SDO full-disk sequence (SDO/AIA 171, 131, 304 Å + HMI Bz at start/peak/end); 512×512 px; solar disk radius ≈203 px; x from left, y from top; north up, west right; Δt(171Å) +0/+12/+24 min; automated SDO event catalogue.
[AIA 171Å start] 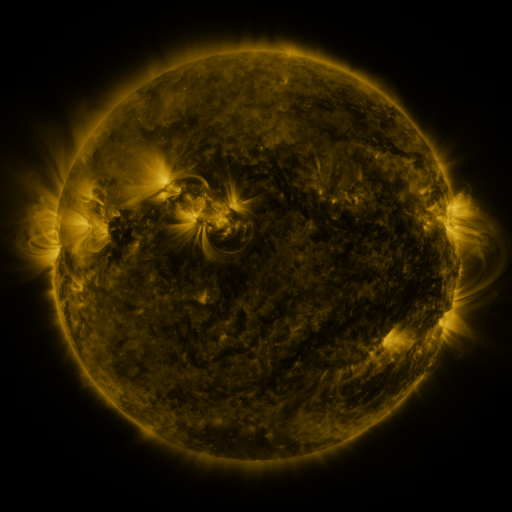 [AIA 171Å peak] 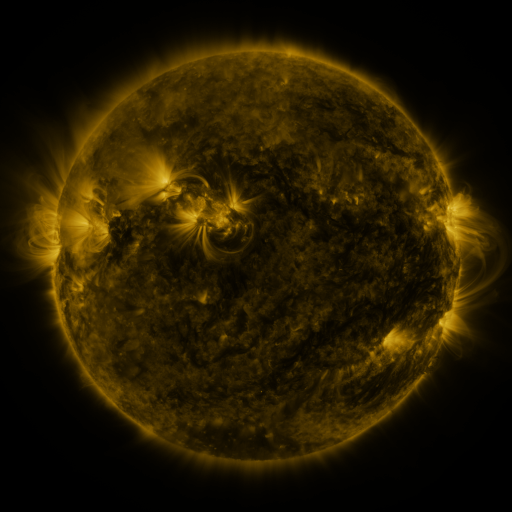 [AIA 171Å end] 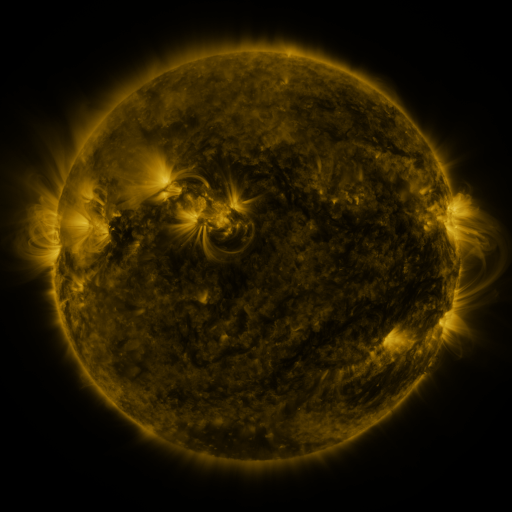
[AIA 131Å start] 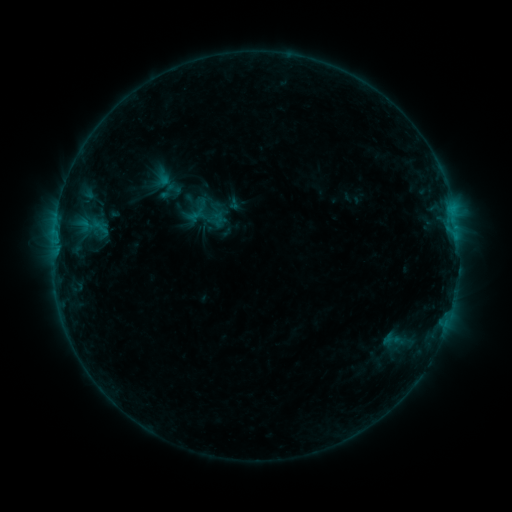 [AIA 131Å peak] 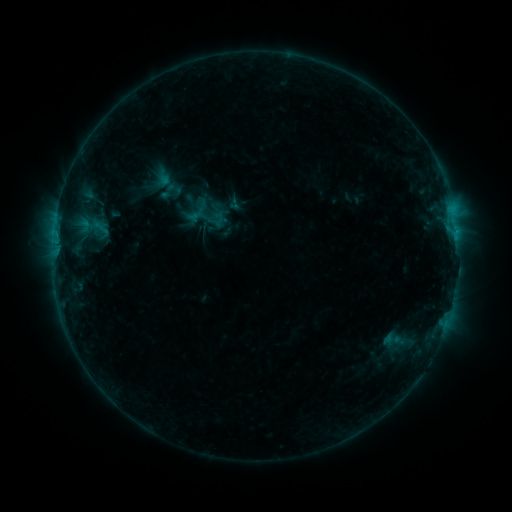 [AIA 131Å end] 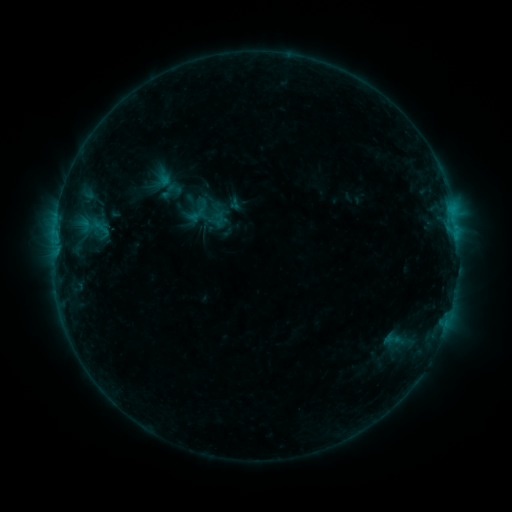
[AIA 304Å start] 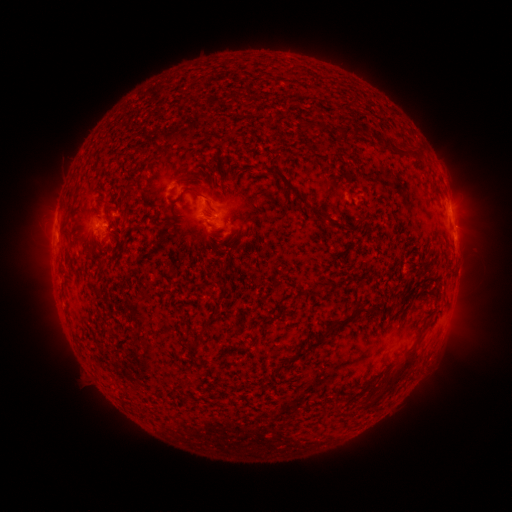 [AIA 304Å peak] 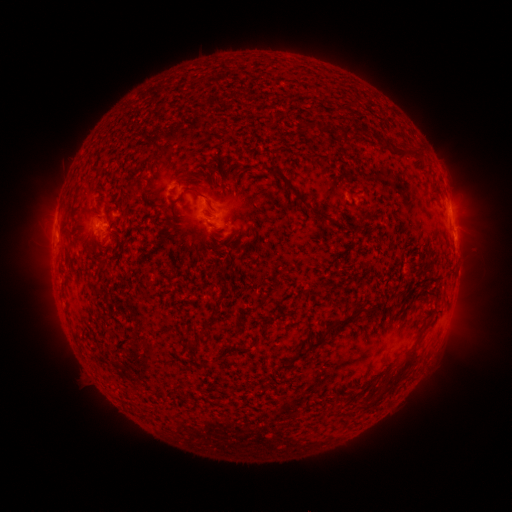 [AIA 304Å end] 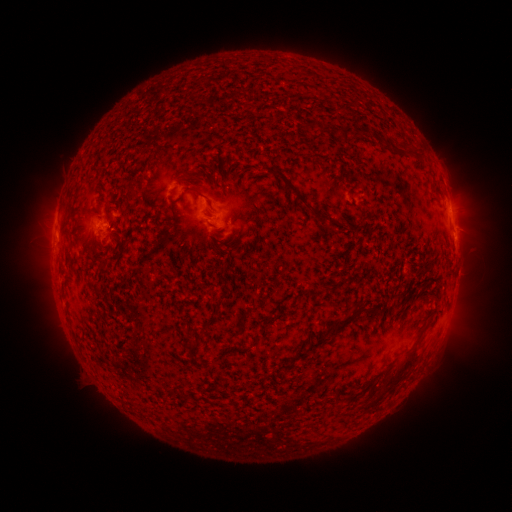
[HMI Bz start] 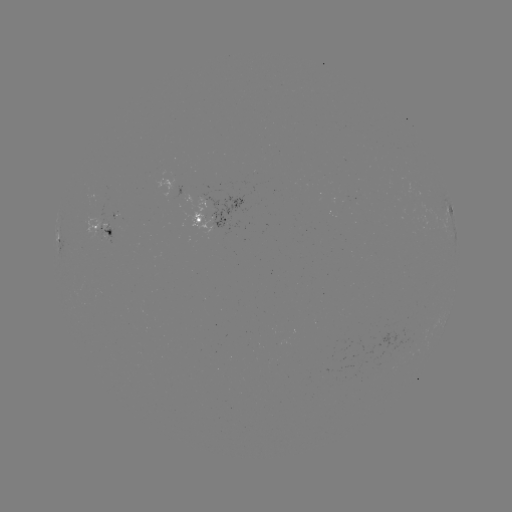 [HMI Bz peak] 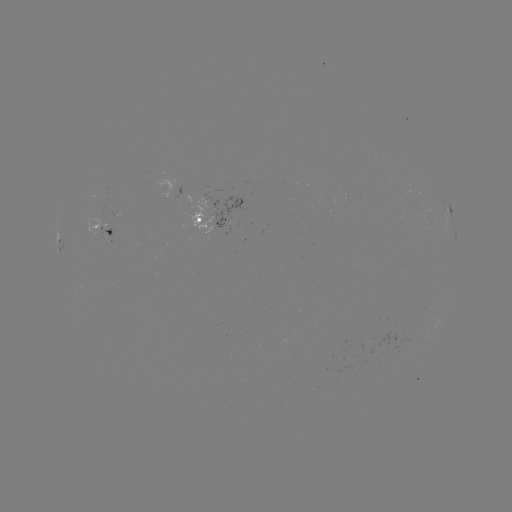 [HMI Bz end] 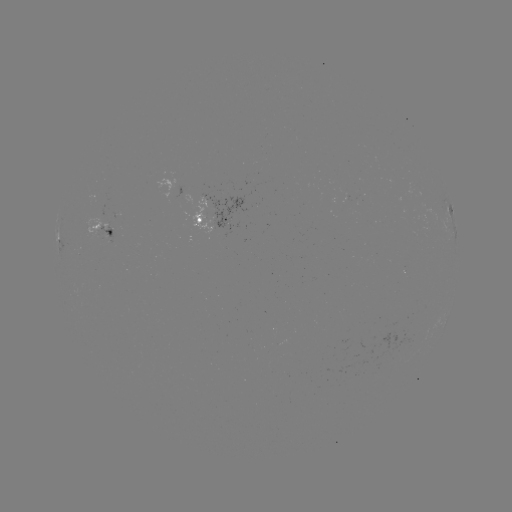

no classed flare was catalogued and no EUV brightening was flagged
